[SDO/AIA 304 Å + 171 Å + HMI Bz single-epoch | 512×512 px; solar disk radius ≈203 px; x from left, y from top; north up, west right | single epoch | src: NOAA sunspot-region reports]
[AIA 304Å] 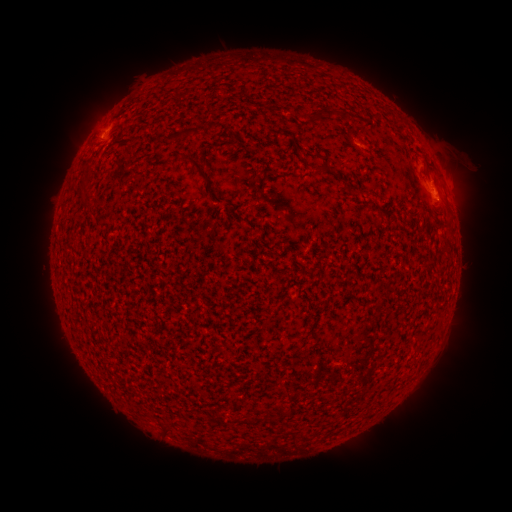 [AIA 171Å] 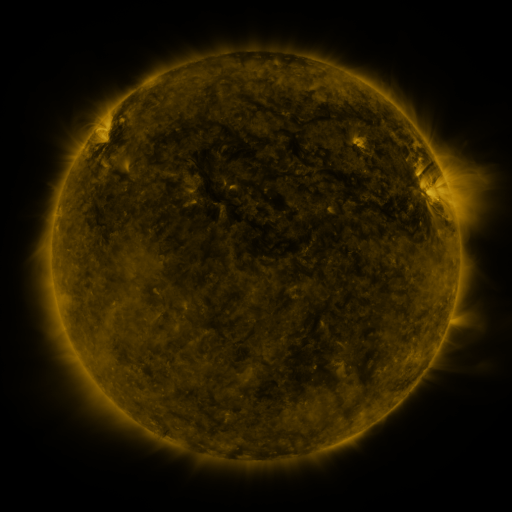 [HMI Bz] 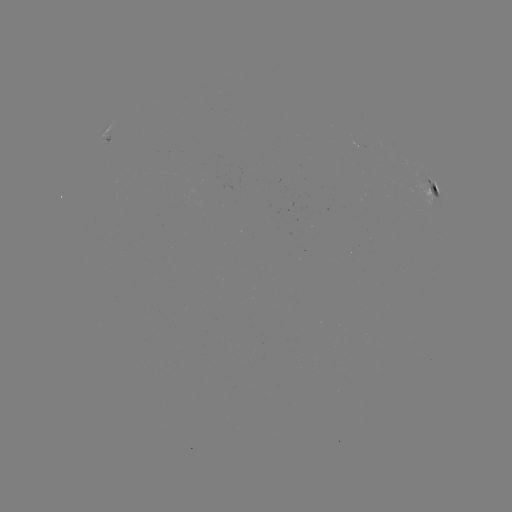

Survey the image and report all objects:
spotted active region: (108, 132)
spotted active region: (437, 191)
